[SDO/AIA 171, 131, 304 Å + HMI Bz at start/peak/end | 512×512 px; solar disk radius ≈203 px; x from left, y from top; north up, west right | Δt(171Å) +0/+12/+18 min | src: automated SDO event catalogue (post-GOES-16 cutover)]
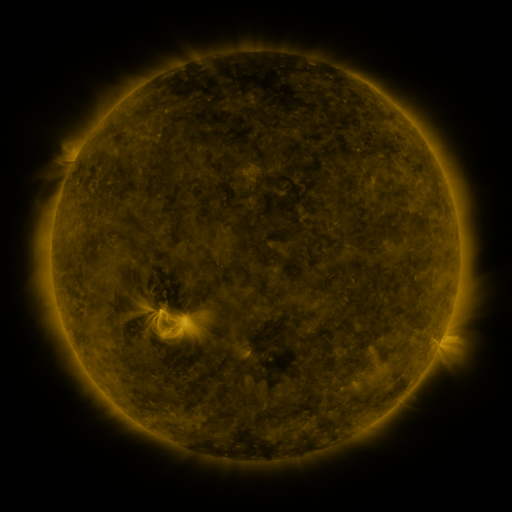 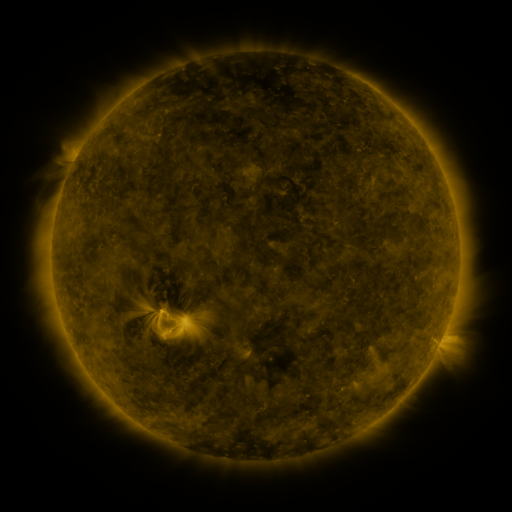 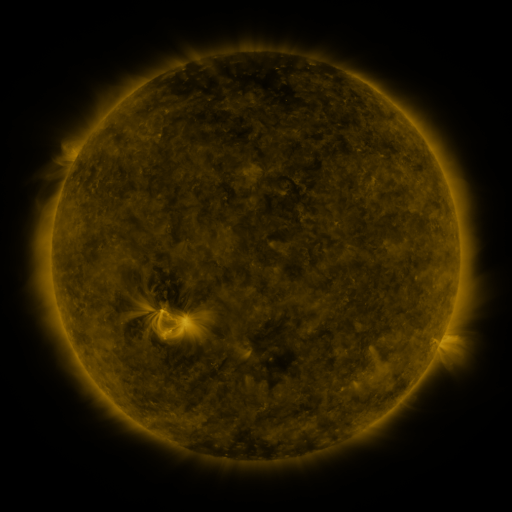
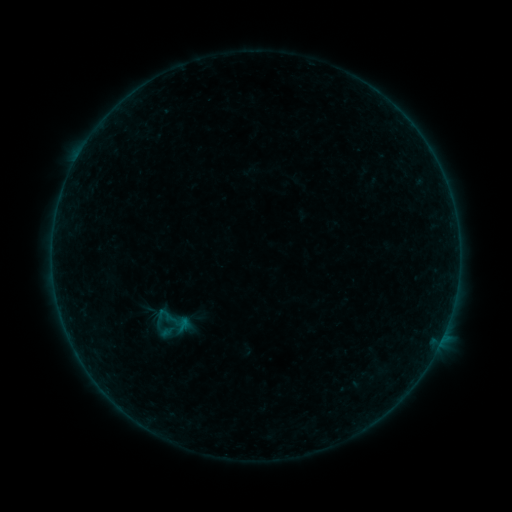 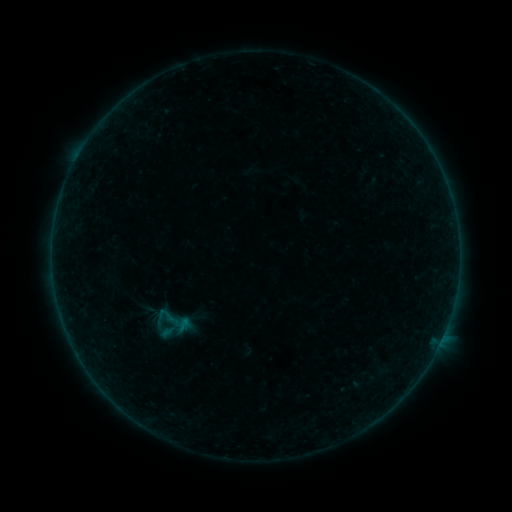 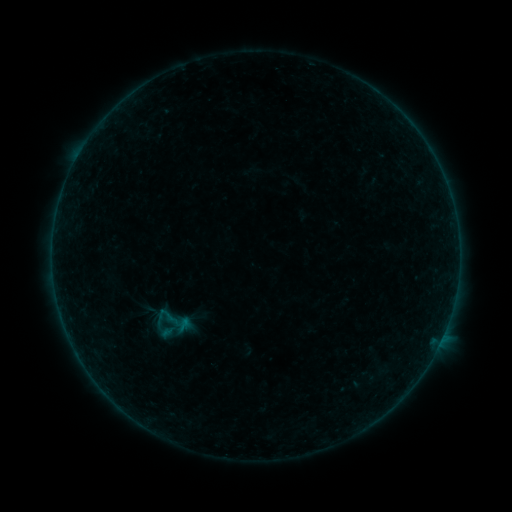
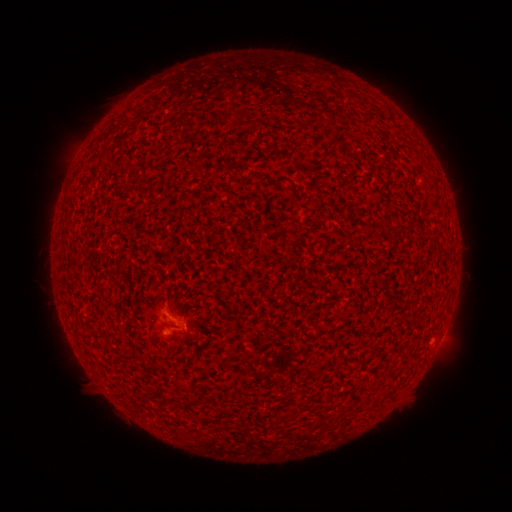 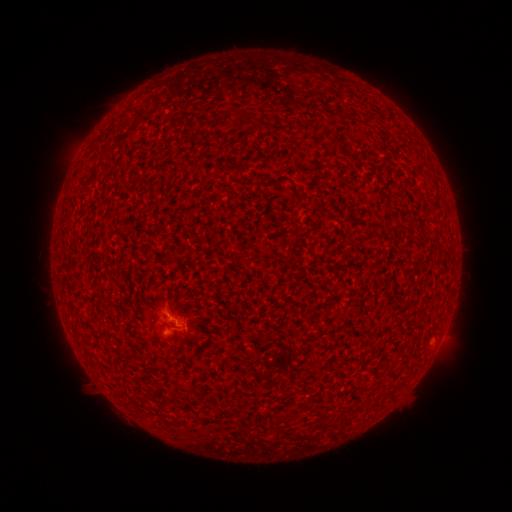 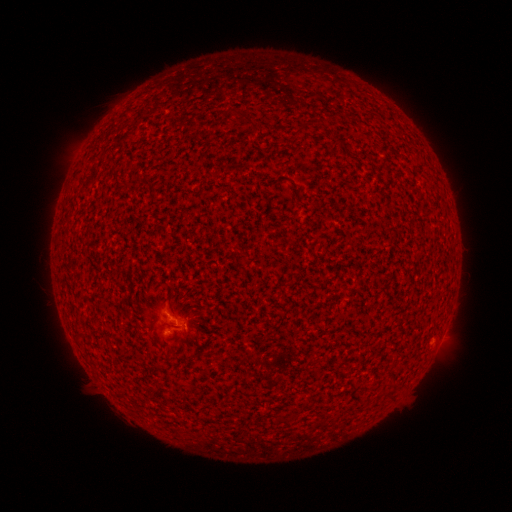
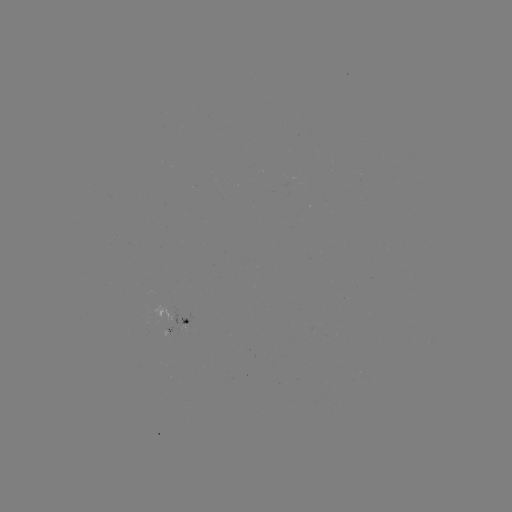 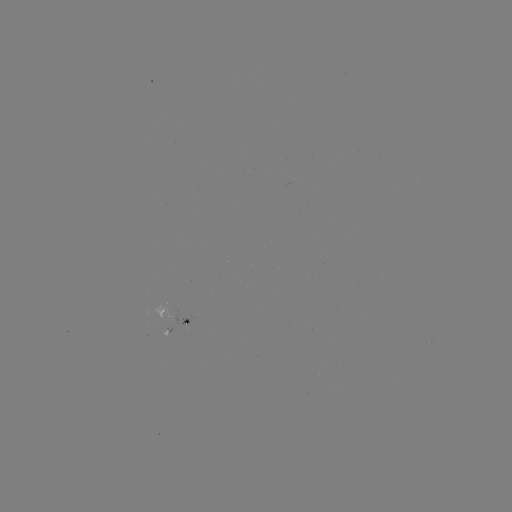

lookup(B1.0 flare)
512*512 (175, 319)